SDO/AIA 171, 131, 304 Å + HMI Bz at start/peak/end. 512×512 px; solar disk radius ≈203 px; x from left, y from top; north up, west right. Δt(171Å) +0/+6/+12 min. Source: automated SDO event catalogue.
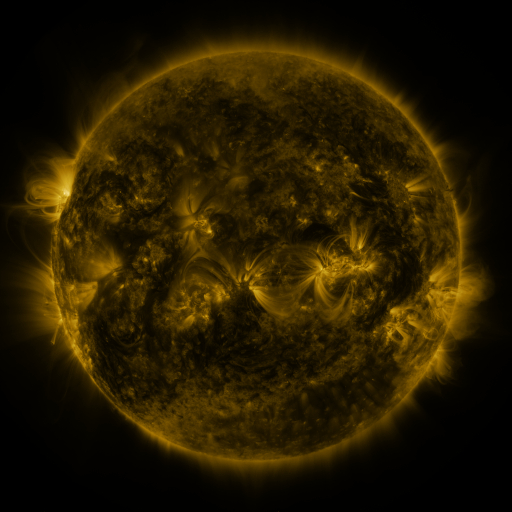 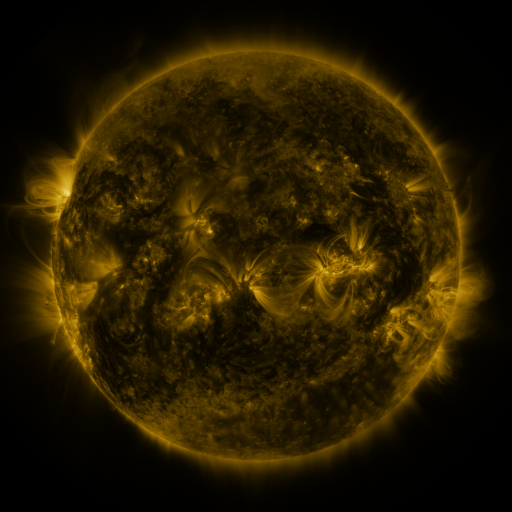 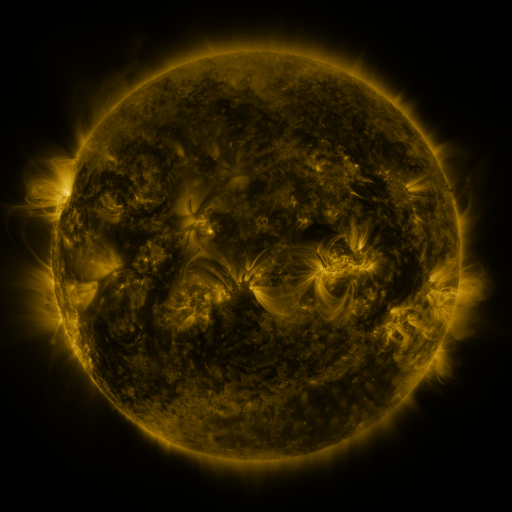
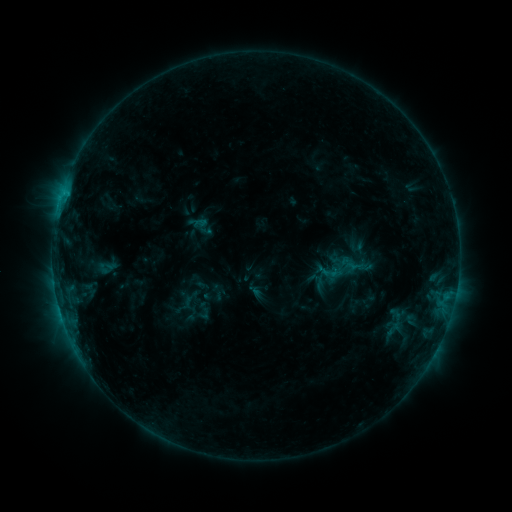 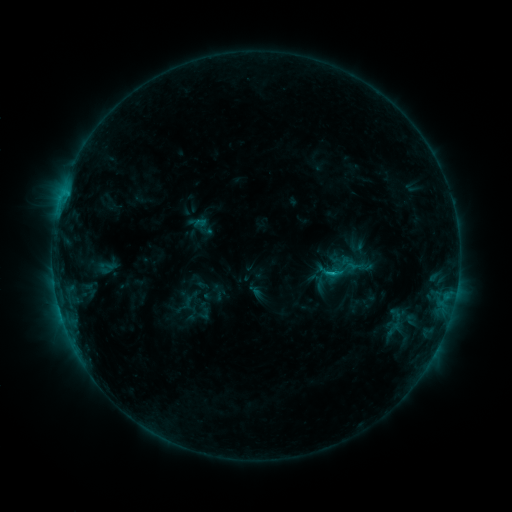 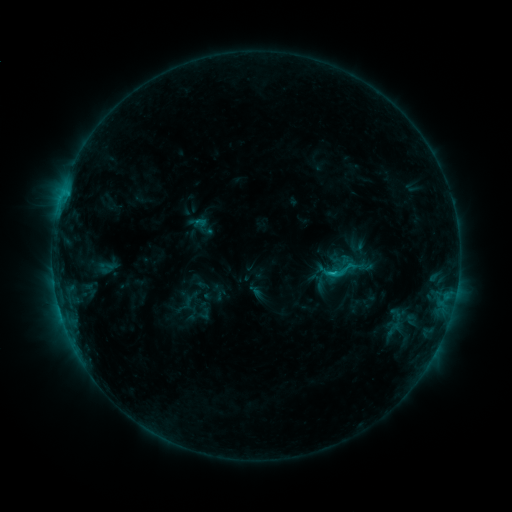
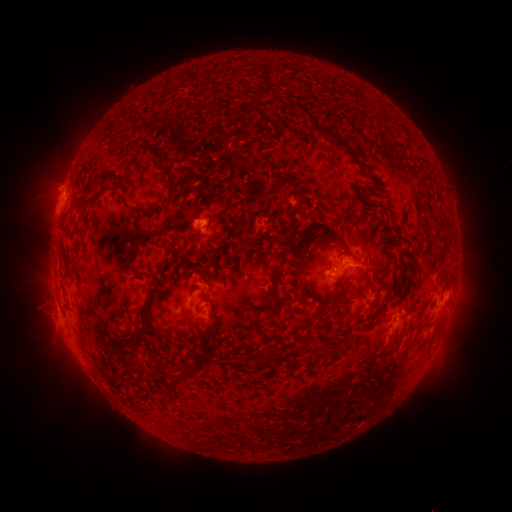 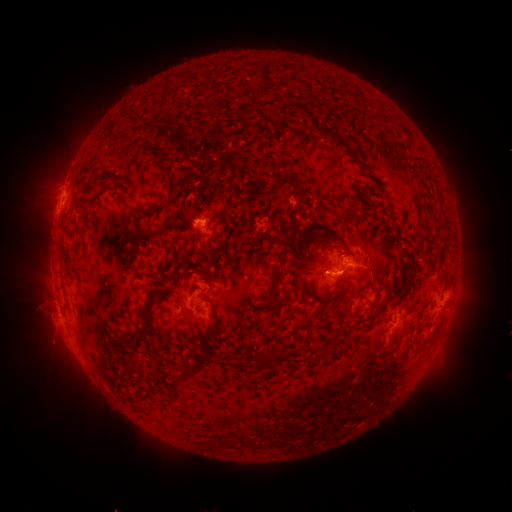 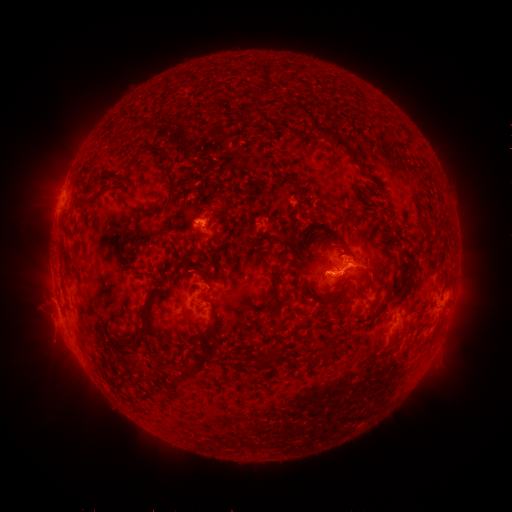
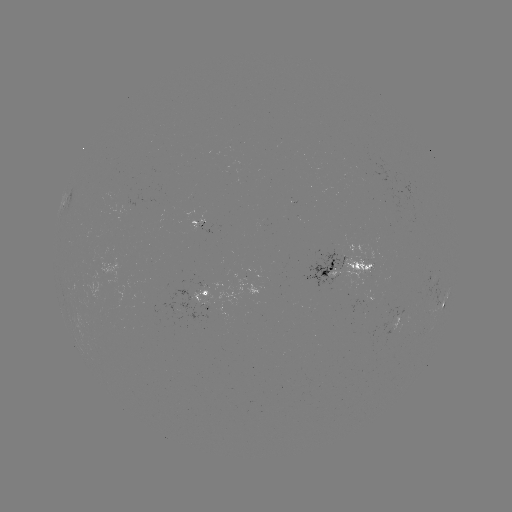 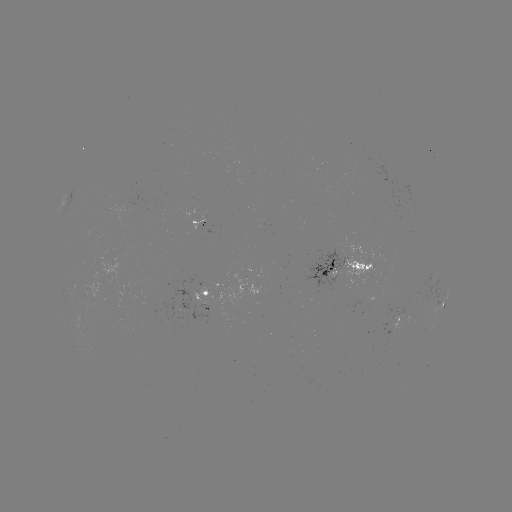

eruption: <bbox>321, 251, 367, 306</bbox>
